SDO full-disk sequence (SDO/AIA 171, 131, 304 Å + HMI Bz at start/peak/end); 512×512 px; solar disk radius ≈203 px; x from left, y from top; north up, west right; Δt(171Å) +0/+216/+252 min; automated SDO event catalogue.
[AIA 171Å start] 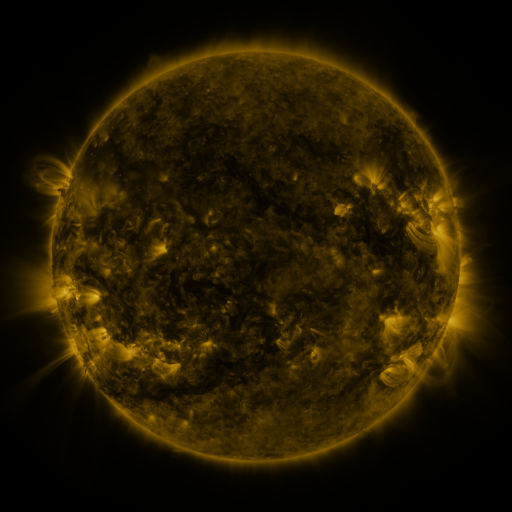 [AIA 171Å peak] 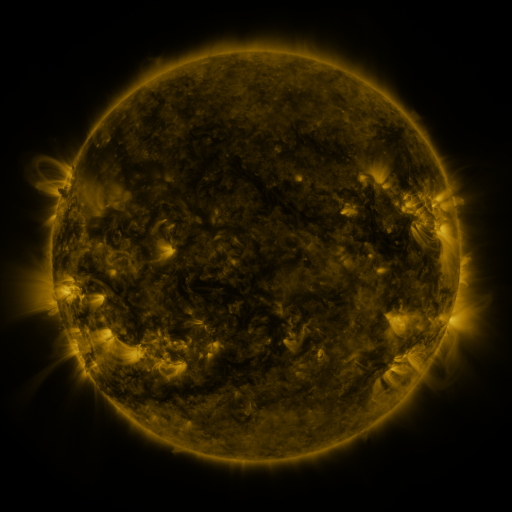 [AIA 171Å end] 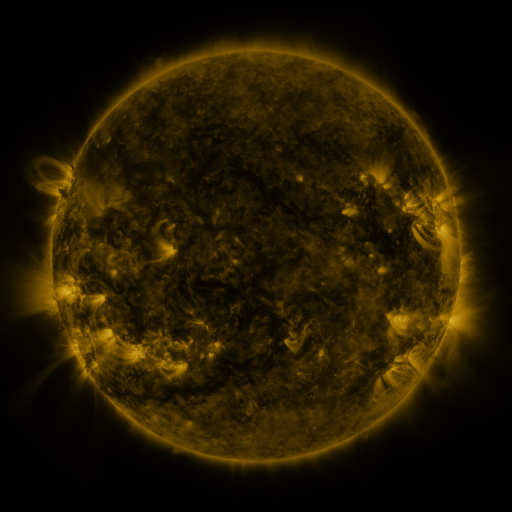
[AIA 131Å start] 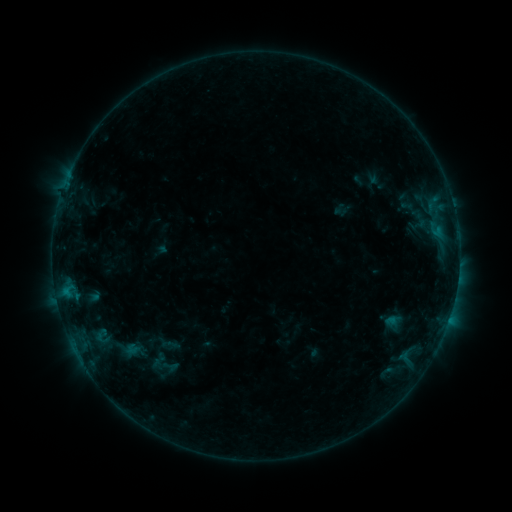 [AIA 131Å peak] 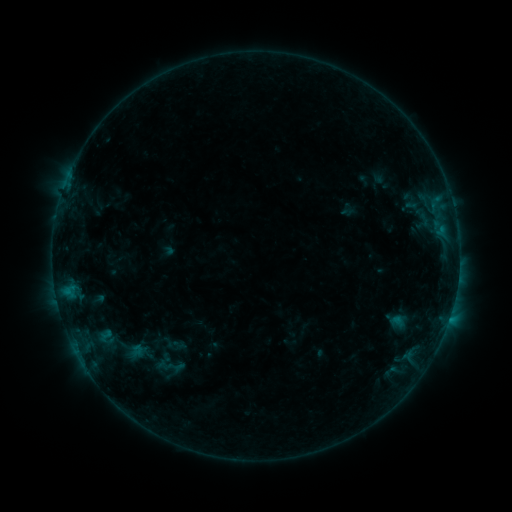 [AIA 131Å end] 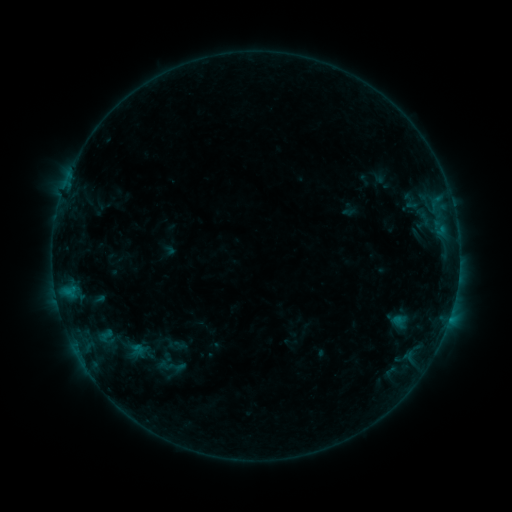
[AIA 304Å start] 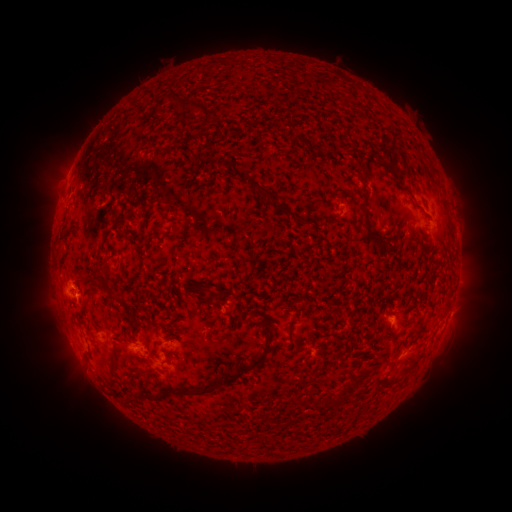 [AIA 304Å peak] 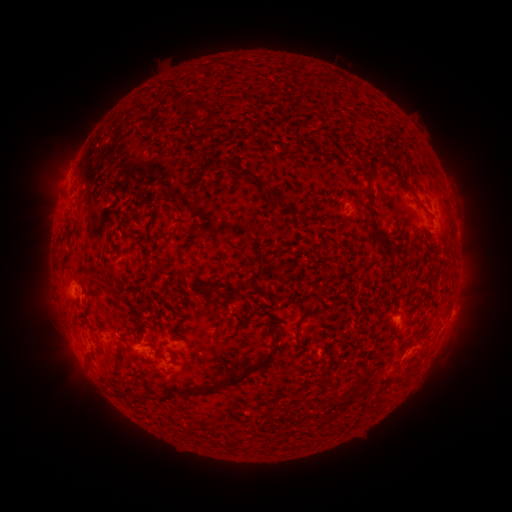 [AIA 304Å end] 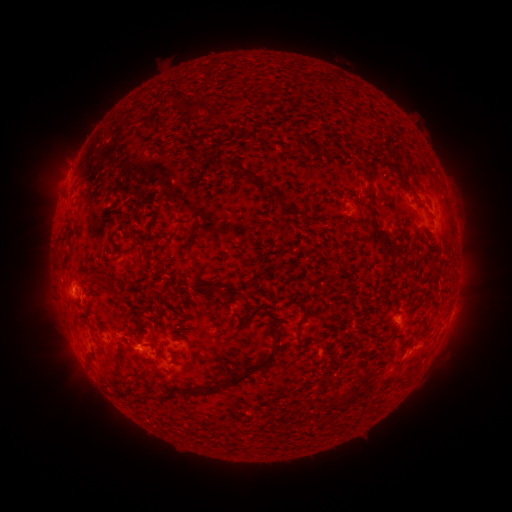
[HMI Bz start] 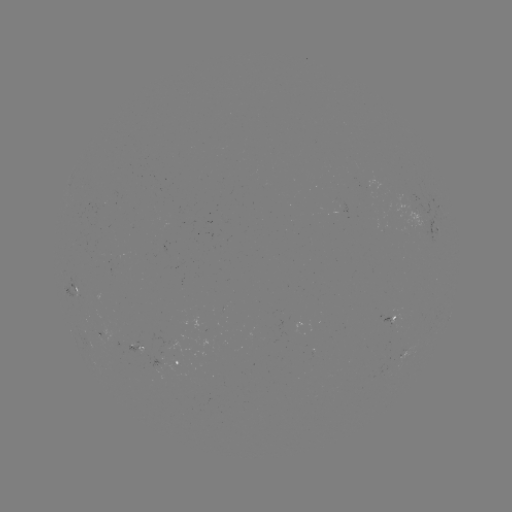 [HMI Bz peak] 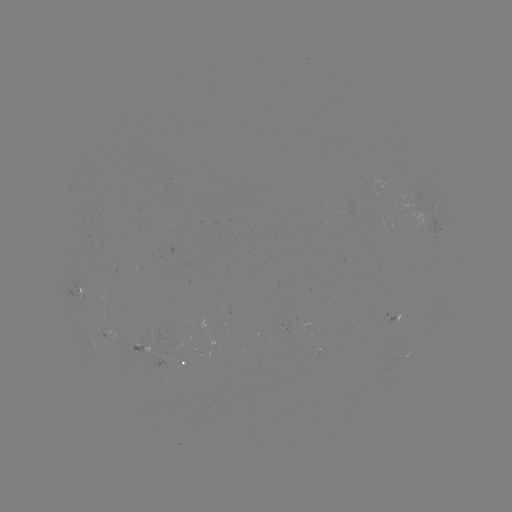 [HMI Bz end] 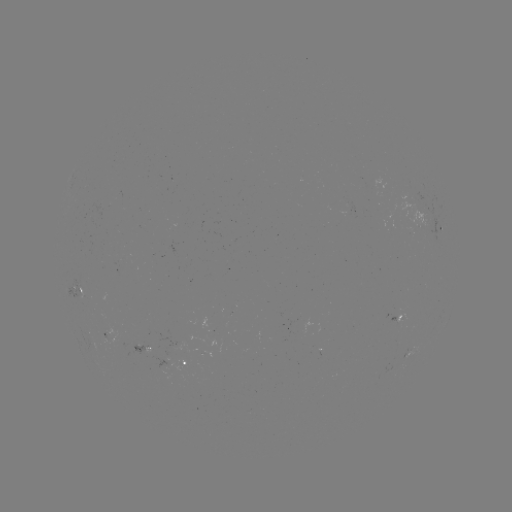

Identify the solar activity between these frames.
emerging-flux region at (204, 353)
